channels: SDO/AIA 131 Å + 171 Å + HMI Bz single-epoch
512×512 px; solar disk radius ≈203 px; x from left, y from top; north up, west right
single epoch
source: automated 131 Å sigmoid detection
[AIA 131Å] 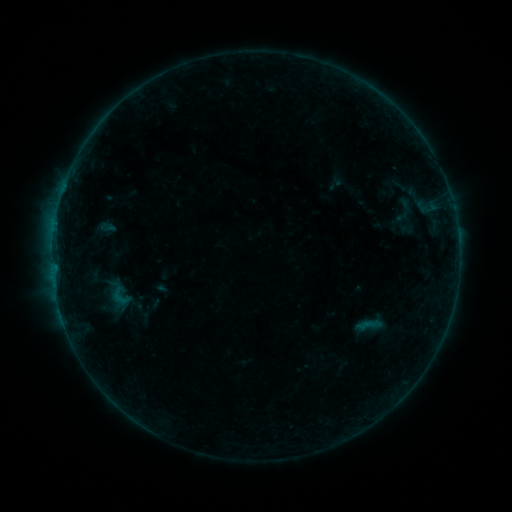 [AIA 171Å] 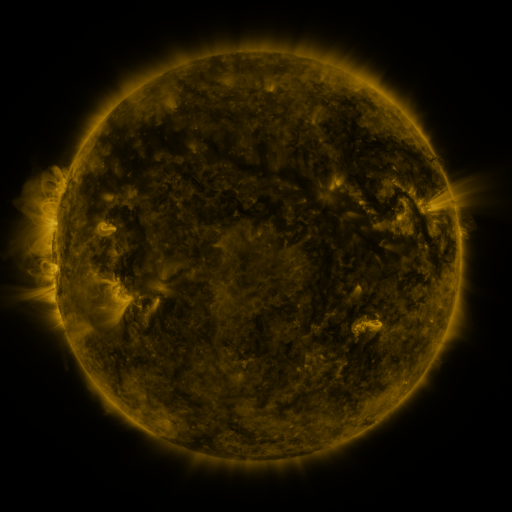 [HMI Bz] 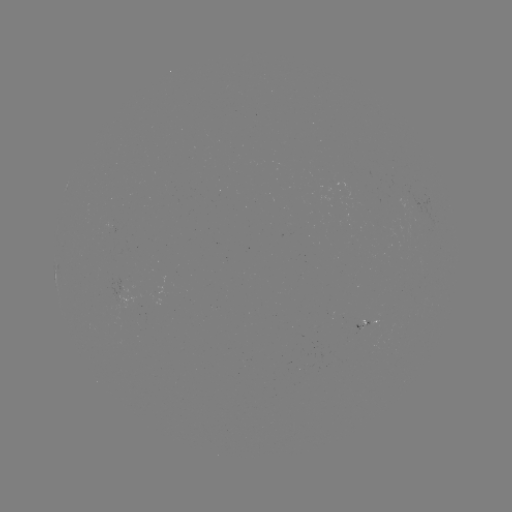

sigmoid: [108, 286, 134, 309]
